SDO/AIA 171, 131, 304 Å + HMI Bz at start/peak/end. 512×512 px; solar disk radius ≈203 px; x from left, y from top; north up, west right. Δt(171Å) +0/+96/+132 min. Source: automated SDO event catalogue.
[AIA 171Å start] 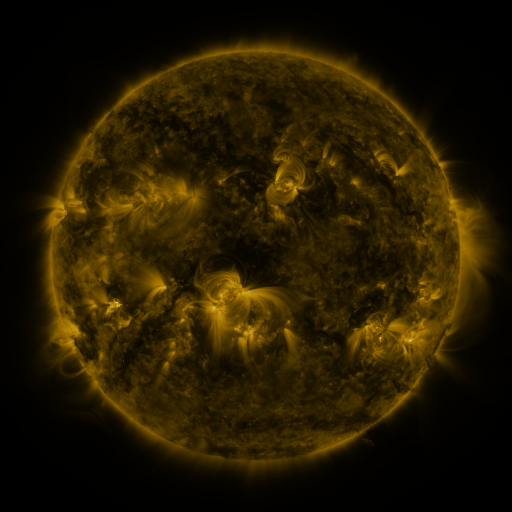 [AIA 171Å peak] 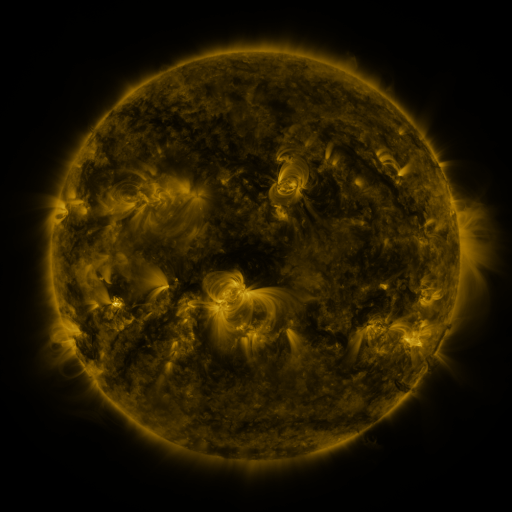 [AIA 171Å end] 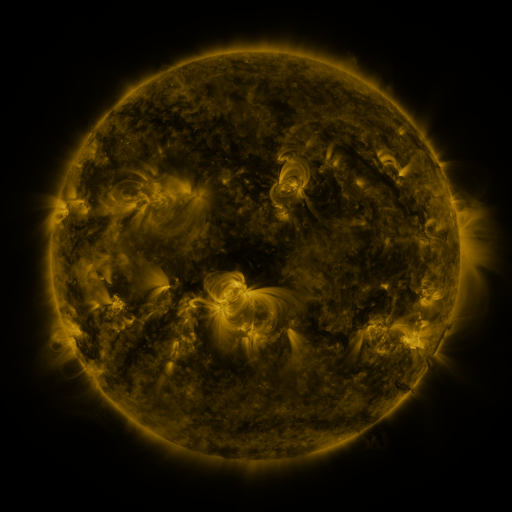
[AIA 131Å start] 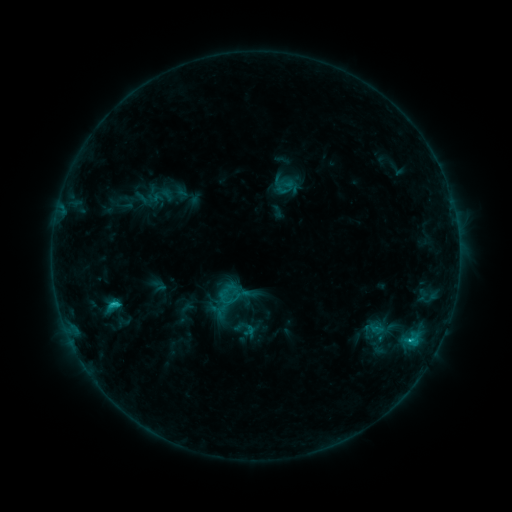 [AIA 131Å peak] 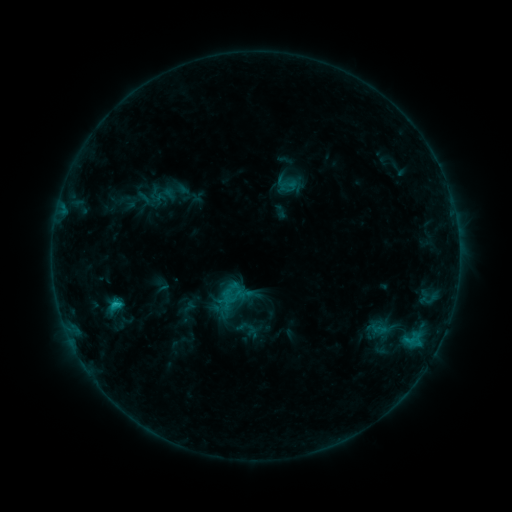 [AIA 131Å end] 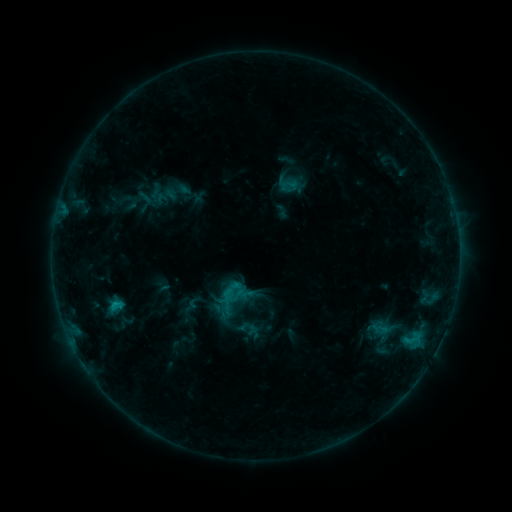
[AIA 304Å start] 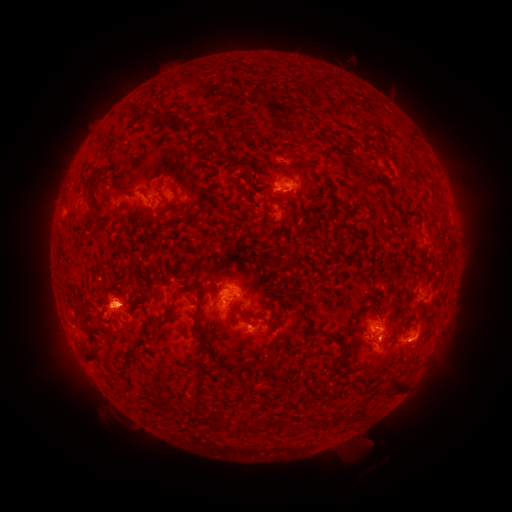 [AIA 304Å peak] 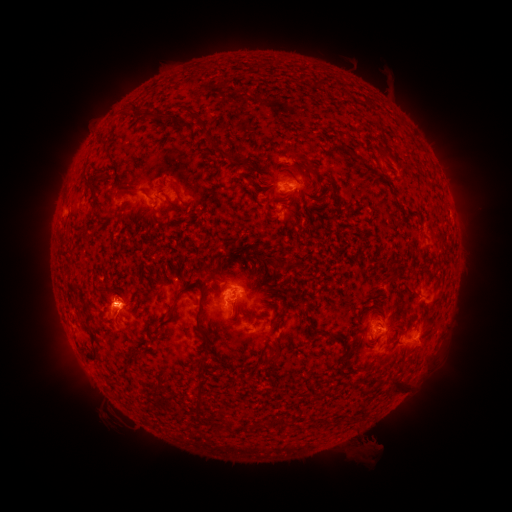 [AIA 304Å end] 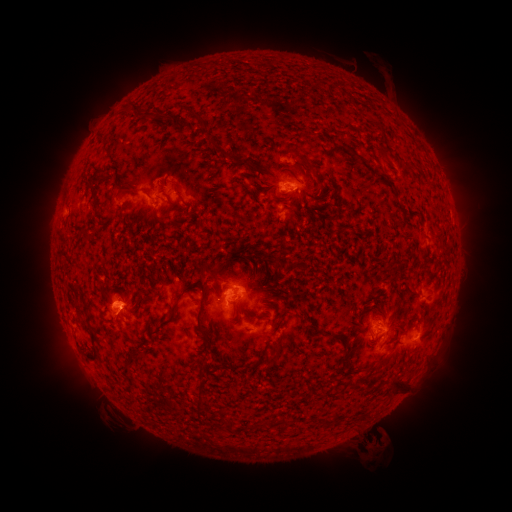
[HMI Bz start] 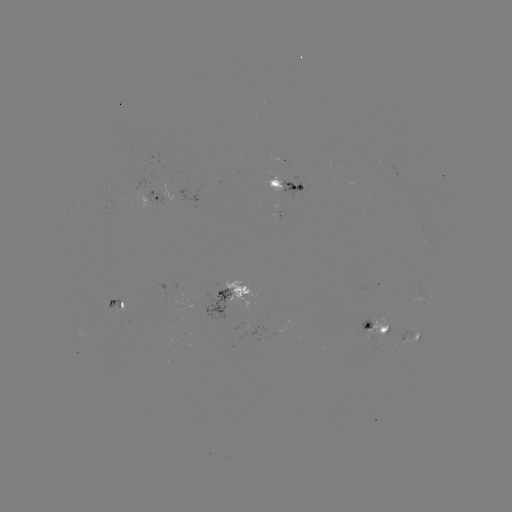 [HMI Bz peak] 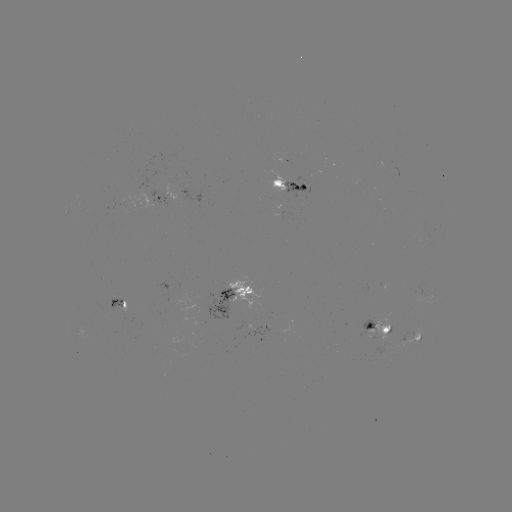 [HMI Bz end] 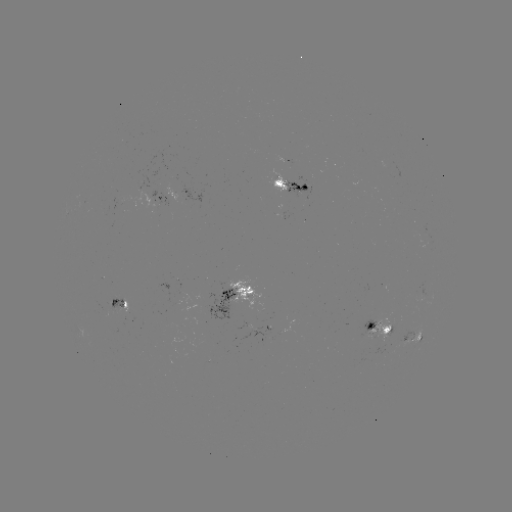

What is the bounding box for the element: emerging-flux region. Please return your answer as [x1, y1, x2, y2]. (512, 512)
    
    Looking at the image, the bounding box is [277, 211, 291, 221].